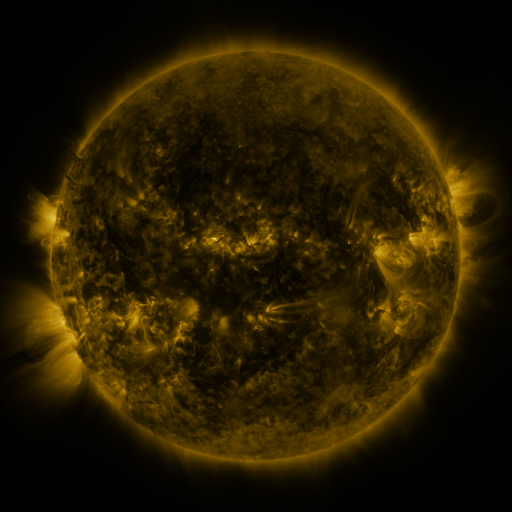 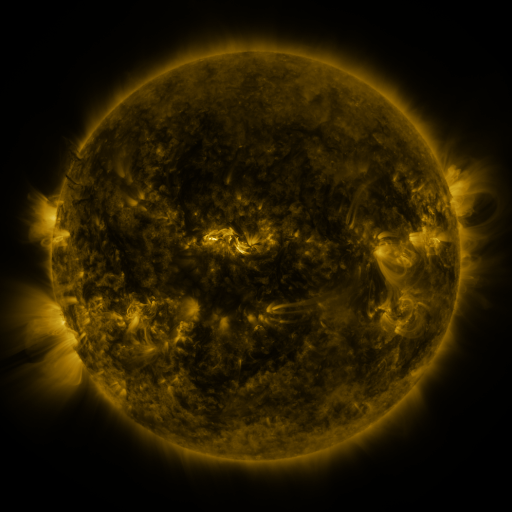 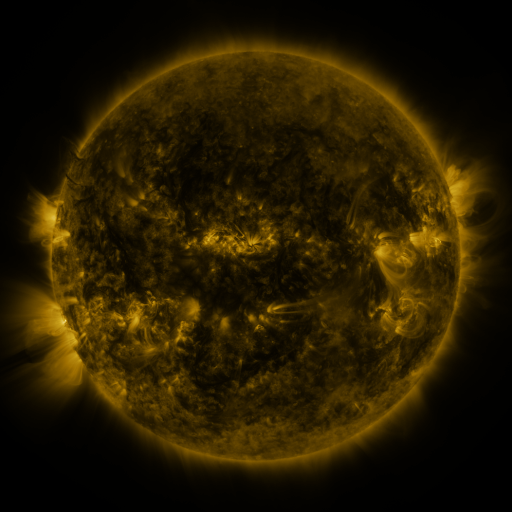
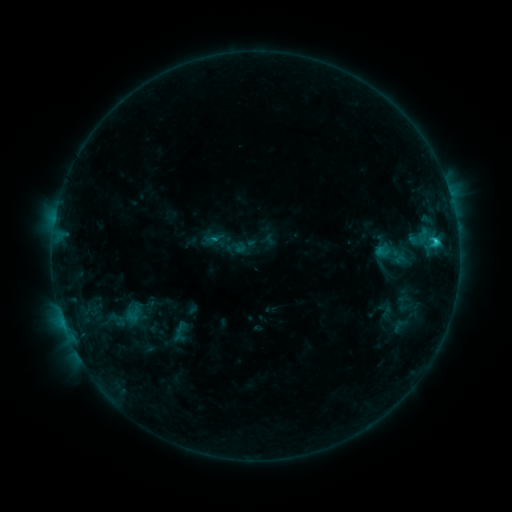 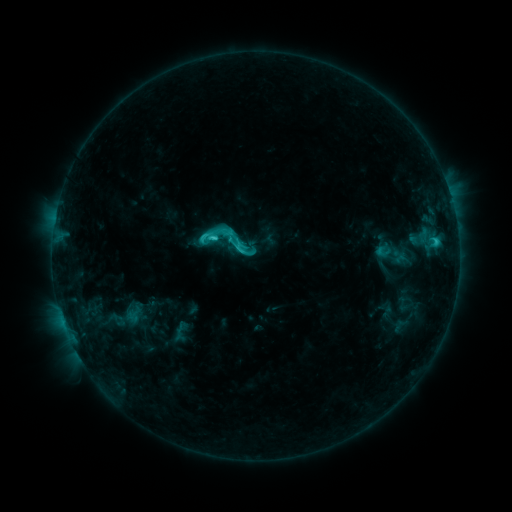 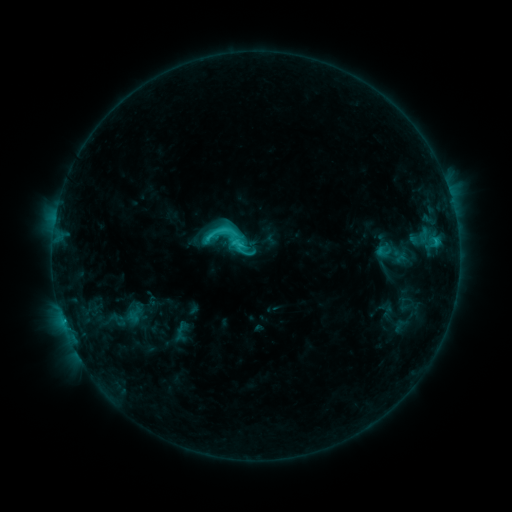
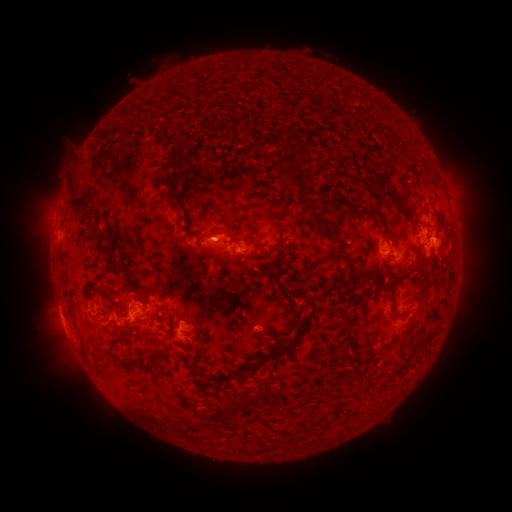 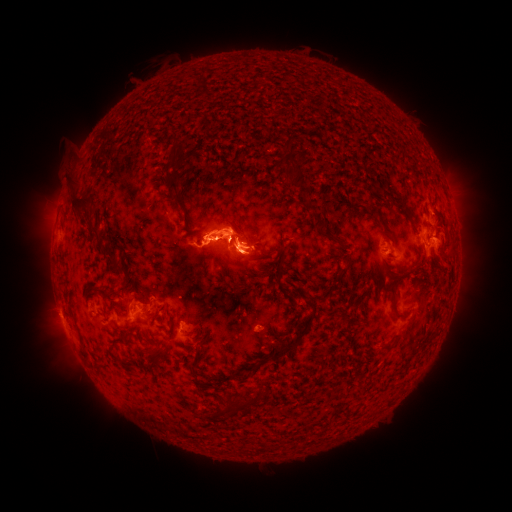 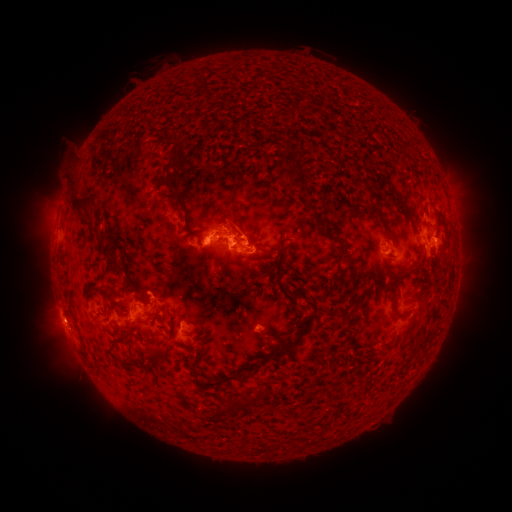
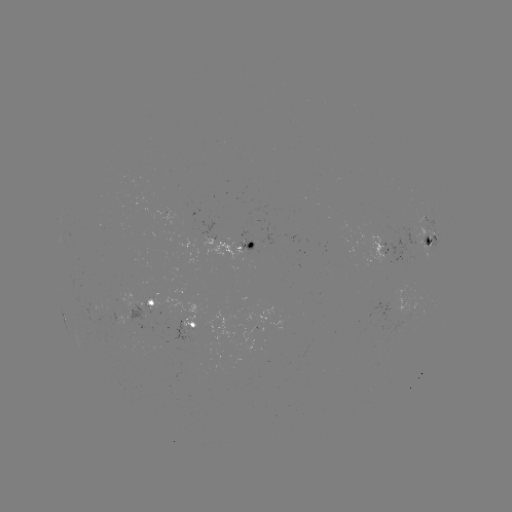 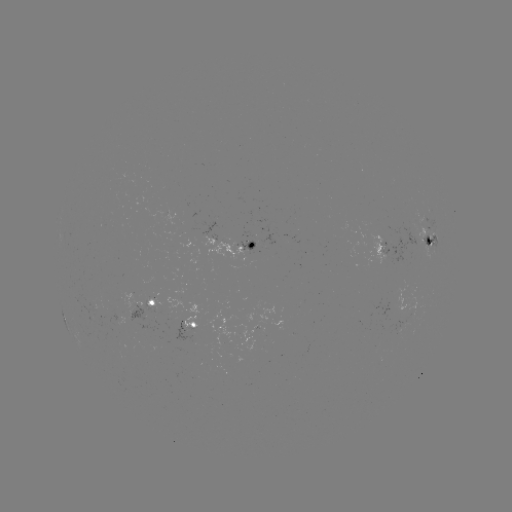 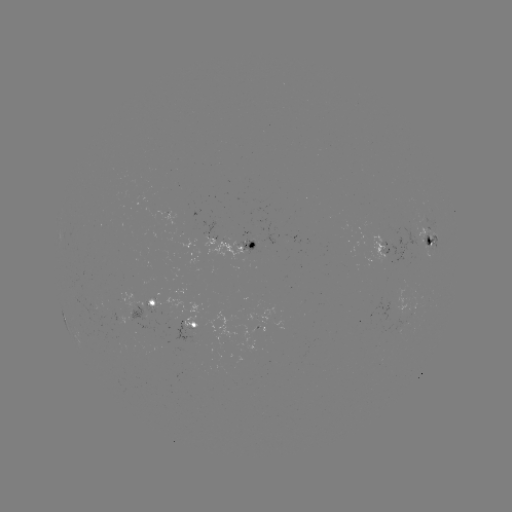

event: eruption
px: (225, 233)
